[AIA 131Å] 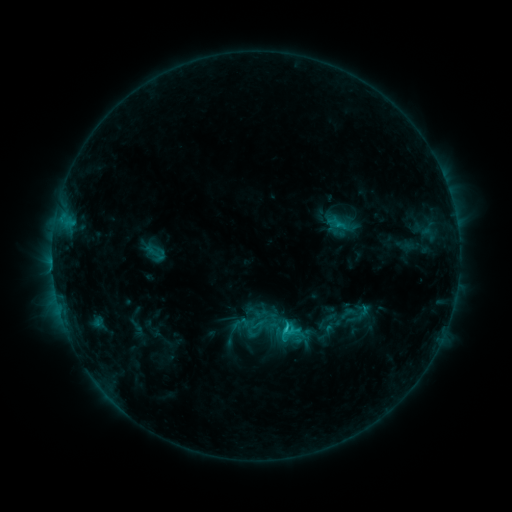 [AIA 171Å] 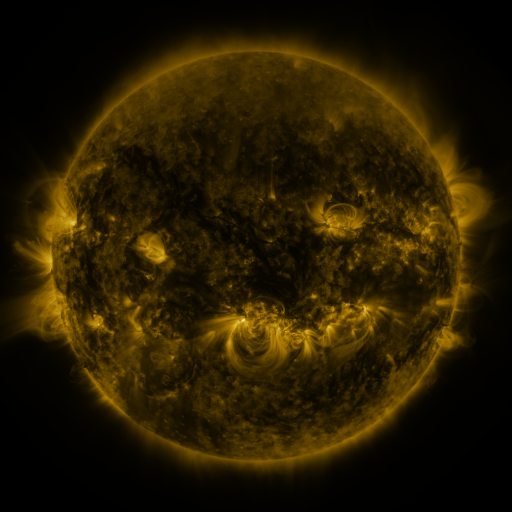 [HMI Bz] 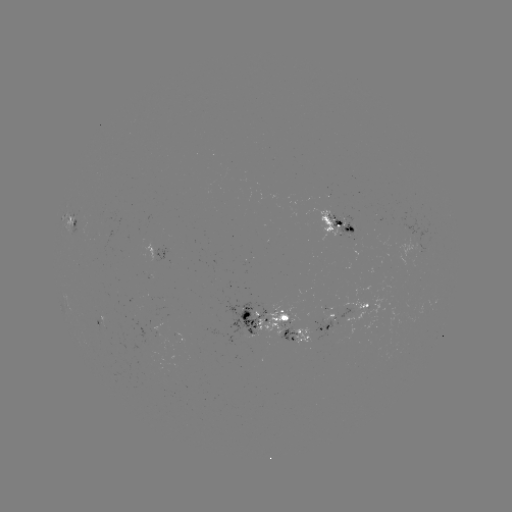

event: sigmoid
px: (257, 331)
